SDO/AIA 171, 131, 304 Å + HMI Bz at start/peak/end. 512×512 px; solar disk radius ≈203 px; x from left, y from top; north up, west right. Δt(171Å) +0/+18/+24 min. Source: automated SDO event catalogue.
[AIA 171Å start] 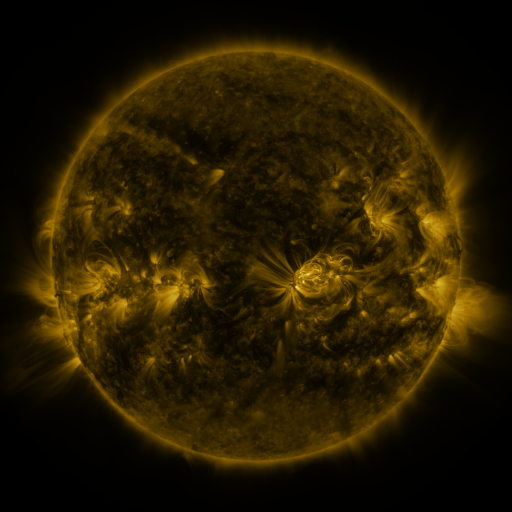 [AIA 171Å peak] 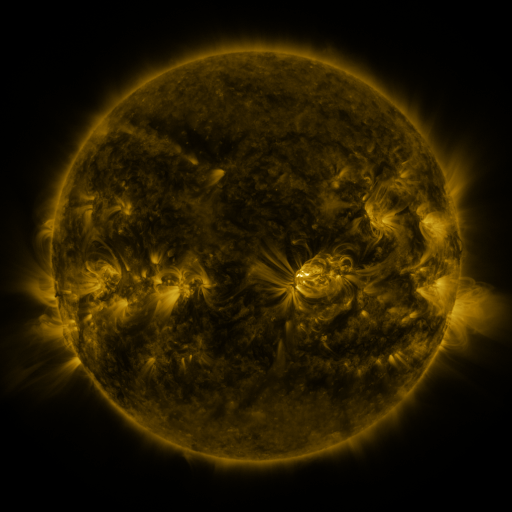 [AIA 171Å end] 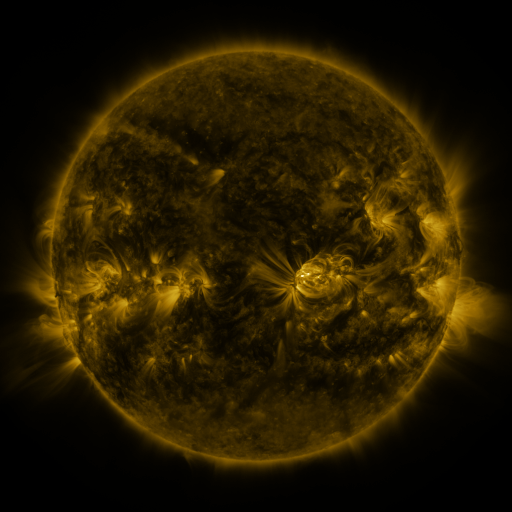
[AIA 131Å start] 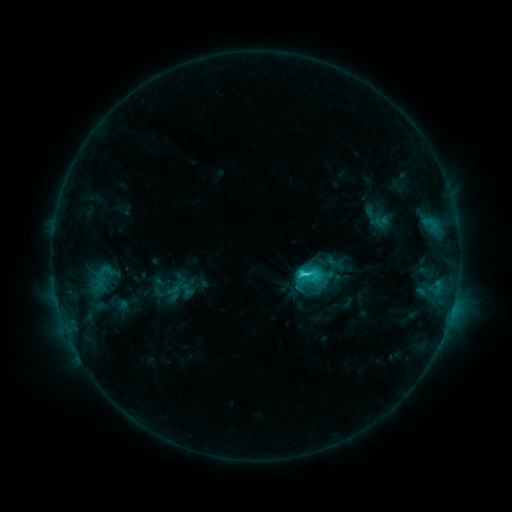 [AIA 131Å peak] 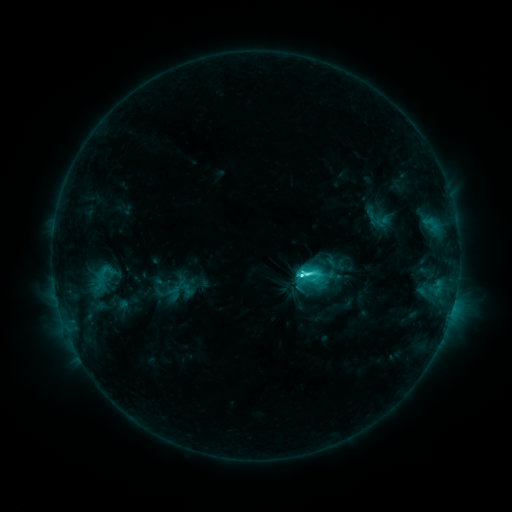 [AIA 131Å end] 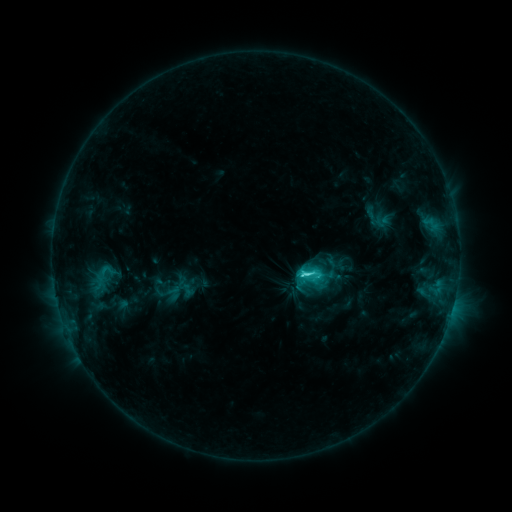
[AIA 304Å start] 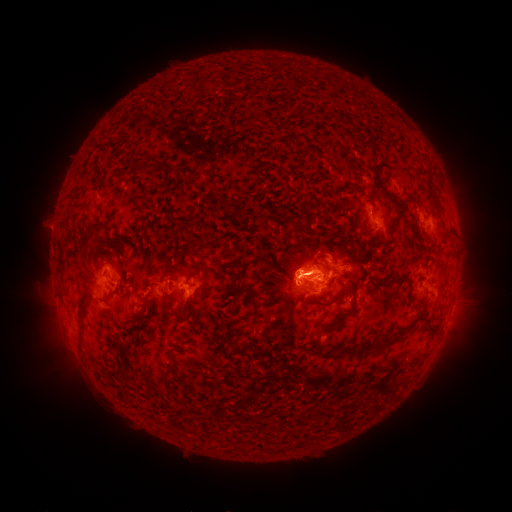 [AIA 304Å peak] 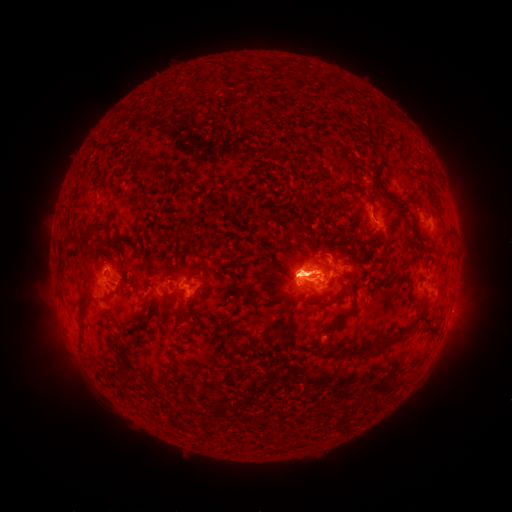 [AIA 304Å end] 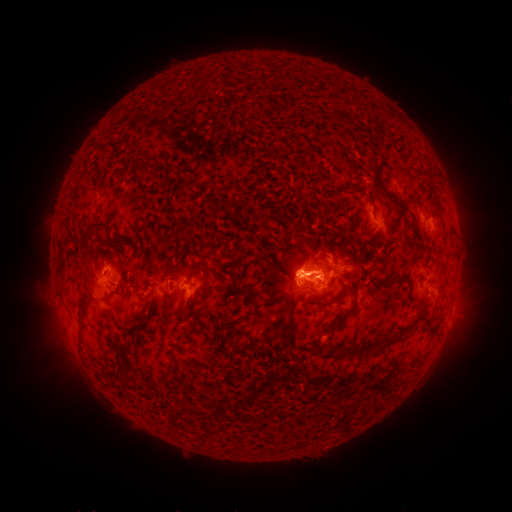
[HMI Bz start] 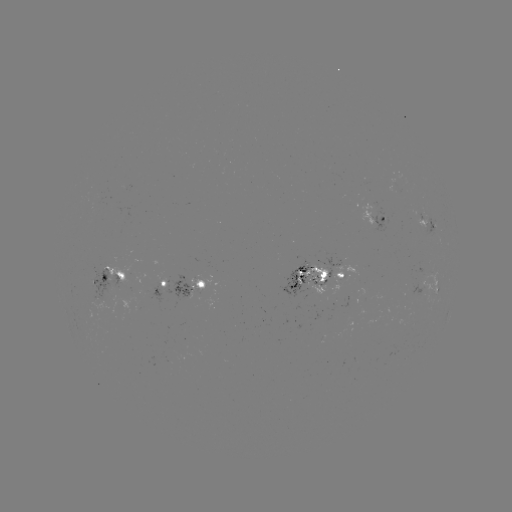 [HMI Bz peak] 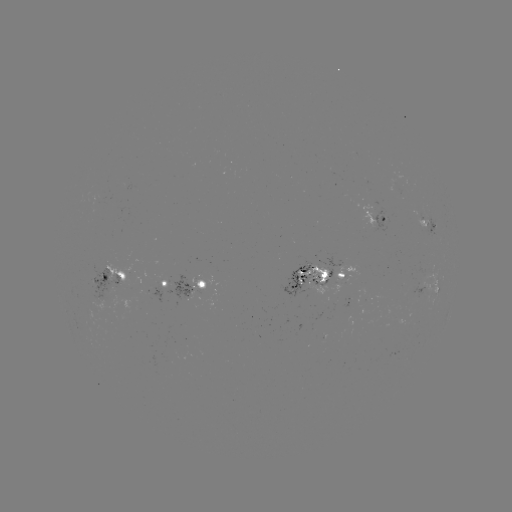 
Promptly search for C8.4 flare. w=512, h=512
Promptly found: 297,271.